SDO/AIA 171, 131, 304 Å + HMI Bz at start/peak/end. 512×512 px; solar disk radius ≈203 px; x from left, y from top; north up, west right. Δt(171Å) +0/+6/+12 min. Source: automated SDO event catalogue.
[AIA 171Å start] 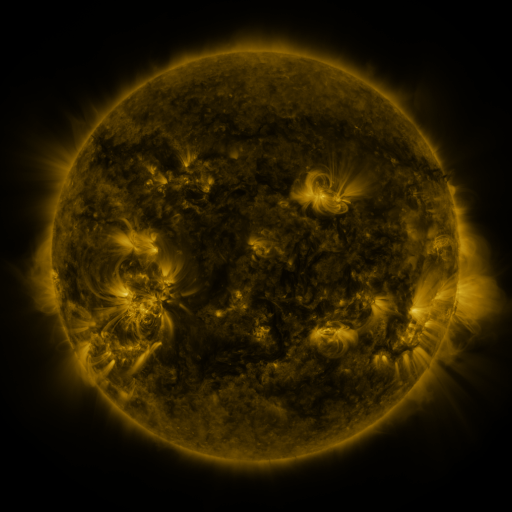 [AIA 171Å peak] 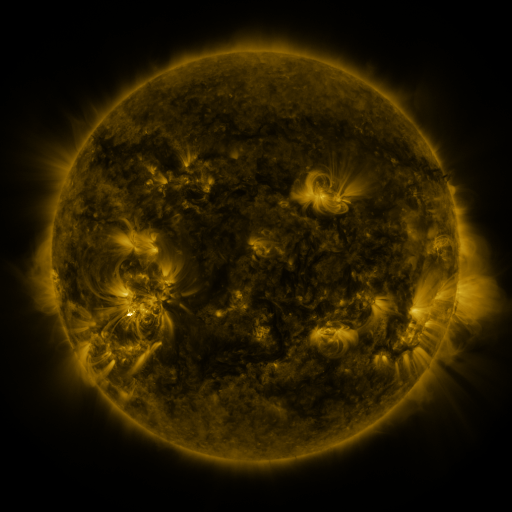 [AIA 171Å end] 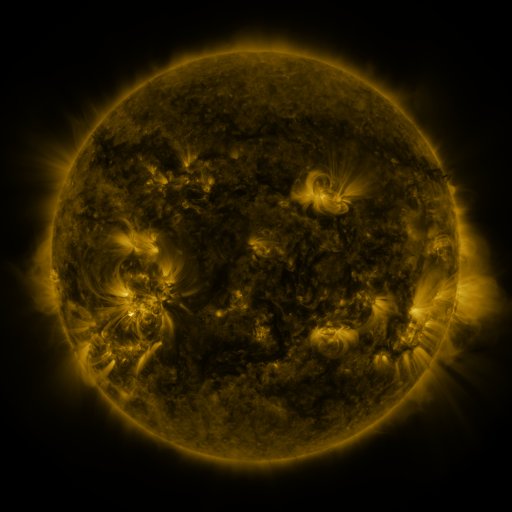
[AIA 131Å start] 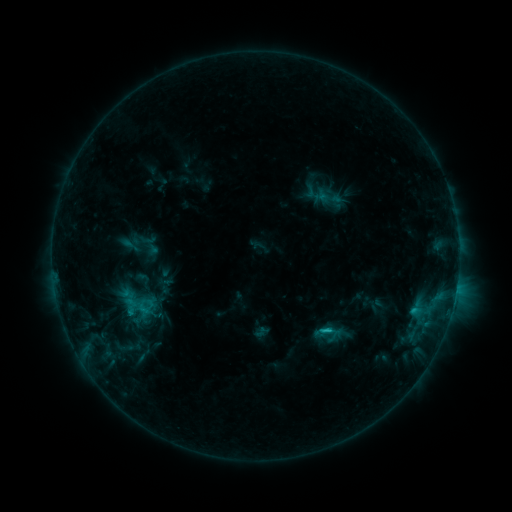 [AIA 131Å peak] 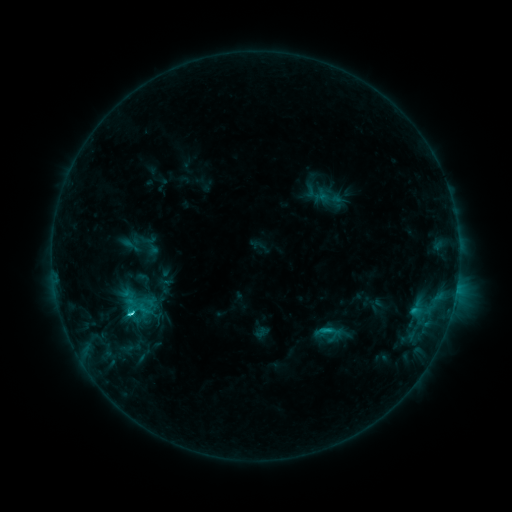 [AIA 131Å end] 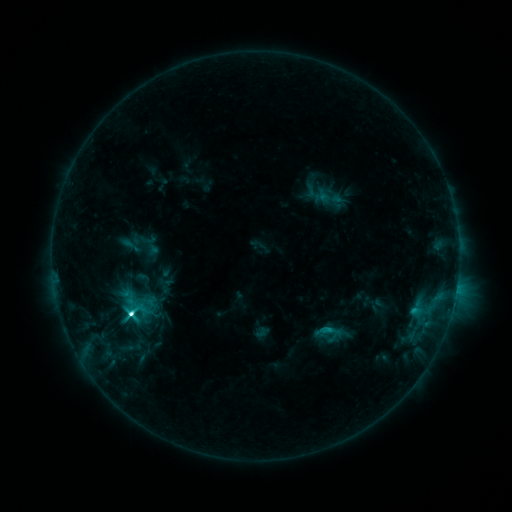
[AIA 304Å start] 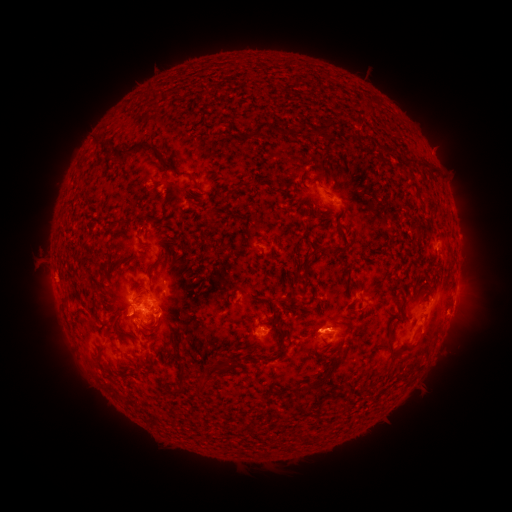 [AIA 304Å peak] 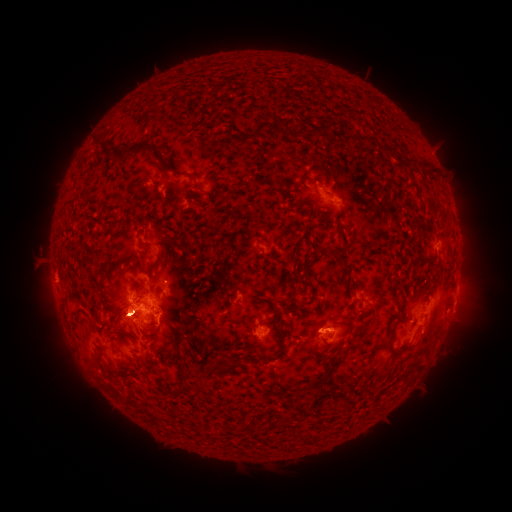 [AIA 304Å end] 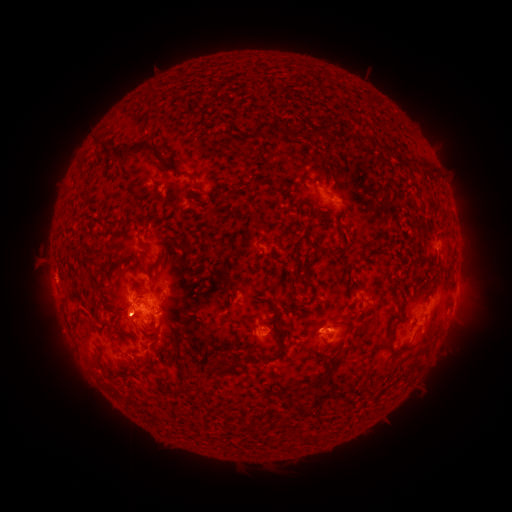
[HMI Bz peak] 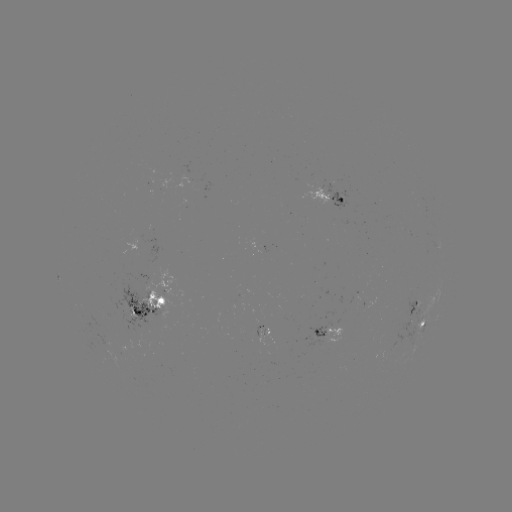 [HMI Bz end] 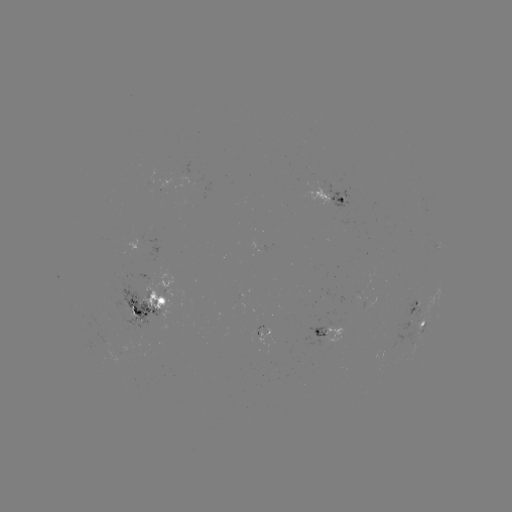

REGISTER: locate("C8.6 flare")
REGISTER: (133, 312)